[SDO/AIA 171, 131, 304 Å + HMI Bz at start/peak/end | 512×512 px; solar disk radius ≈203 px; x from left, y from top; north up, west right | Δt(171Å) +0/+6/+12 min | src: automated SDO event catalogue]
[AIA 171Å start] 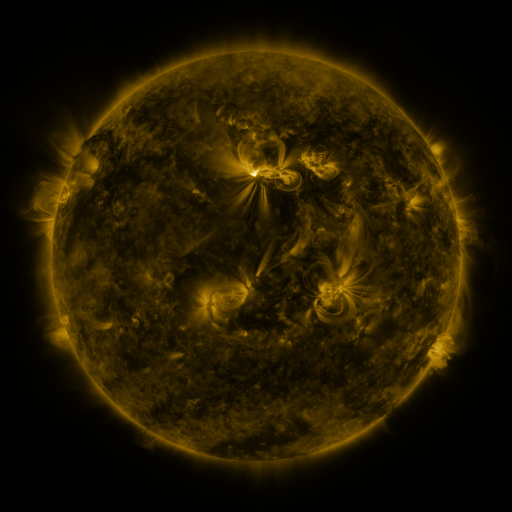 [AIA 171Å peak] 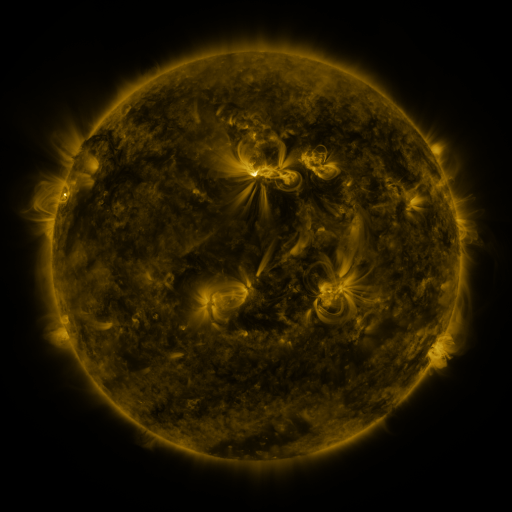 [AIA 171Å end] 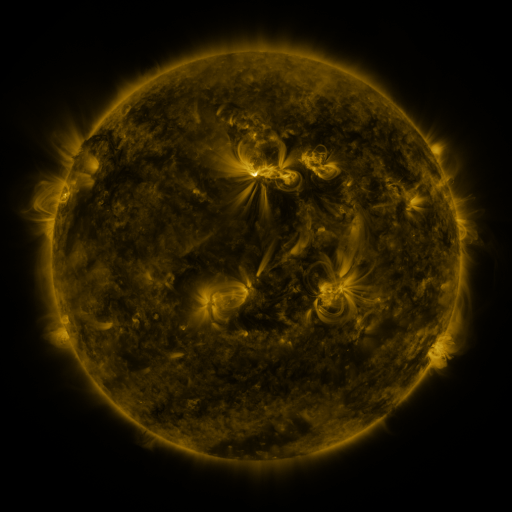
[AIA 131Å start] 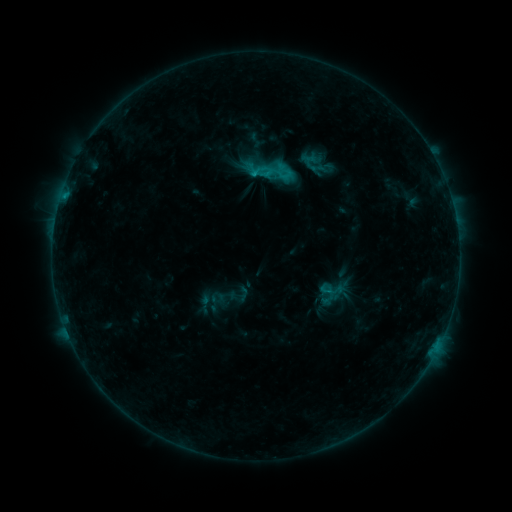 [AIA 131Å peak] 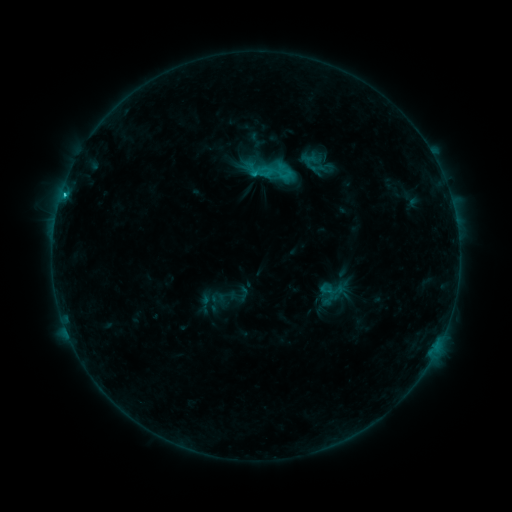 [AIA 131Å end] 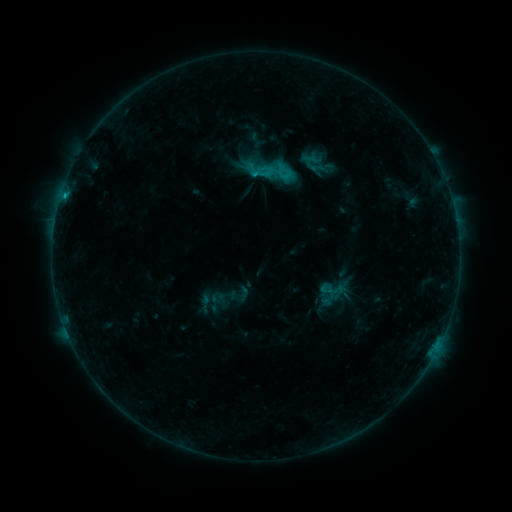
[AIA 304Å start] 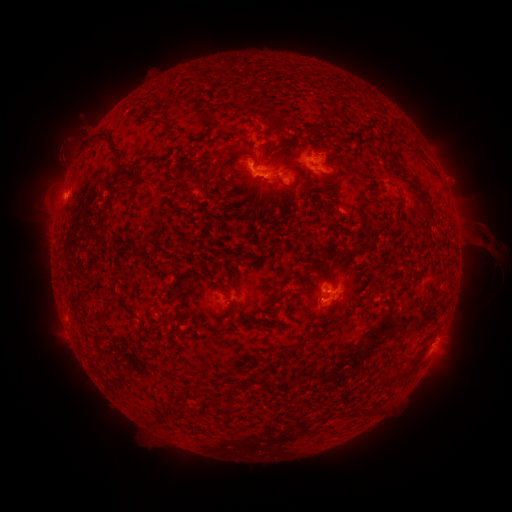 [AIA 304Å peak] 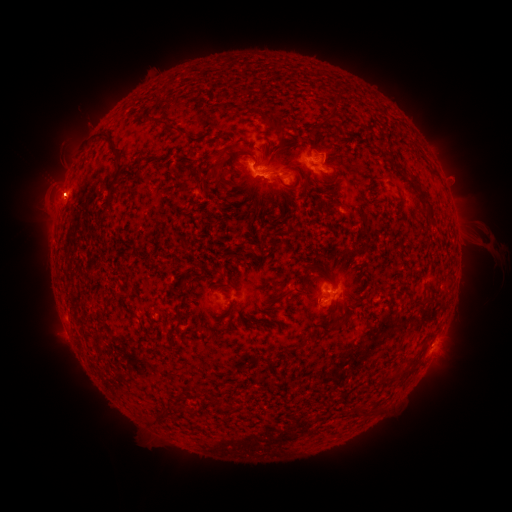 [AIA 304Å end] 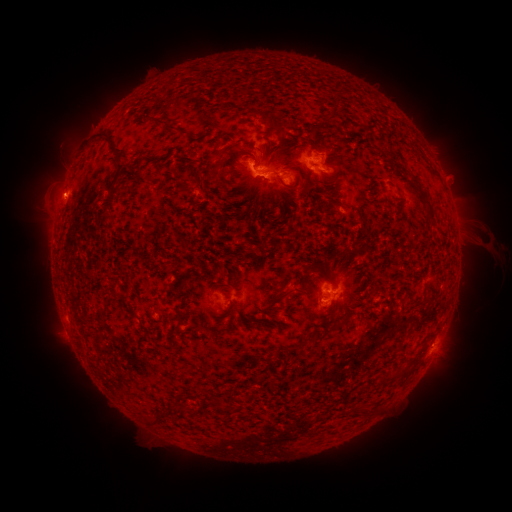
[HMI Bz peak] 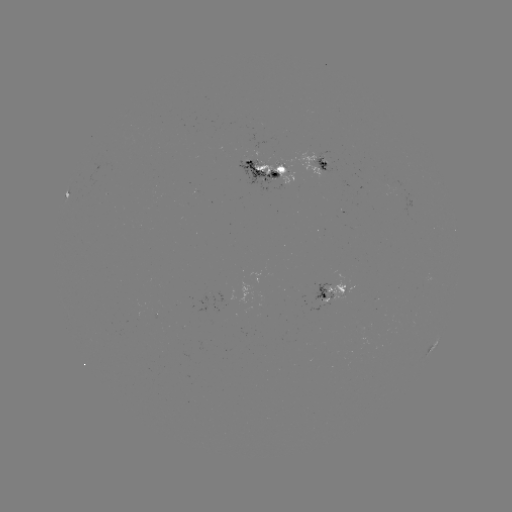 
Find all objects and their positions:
C2.7 flare: (431, 346)
